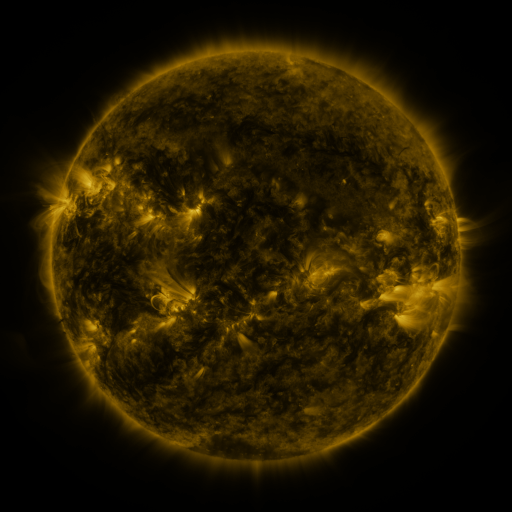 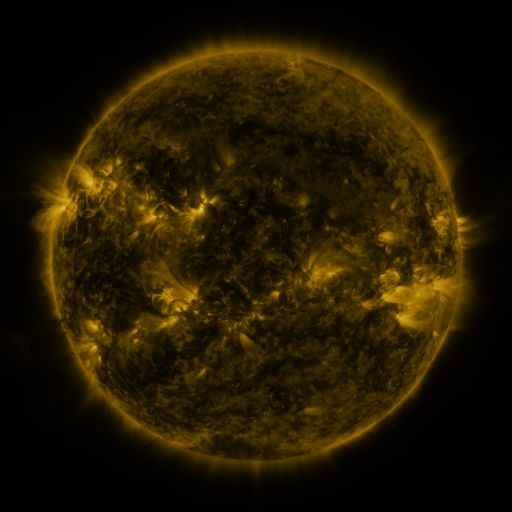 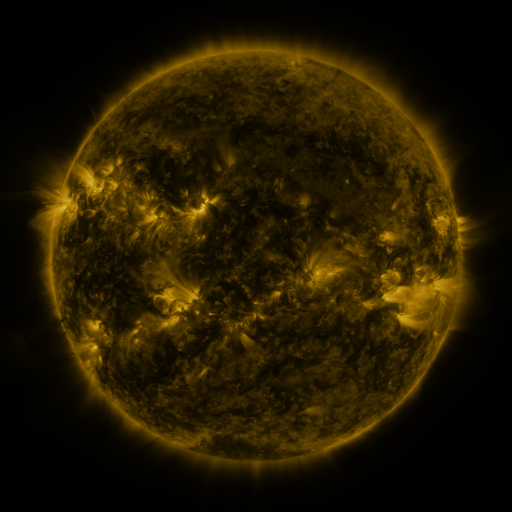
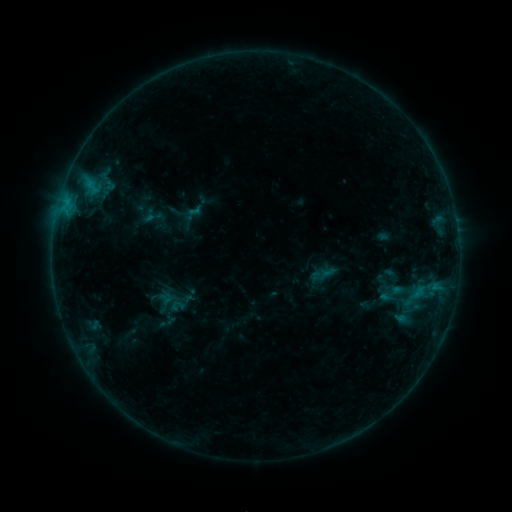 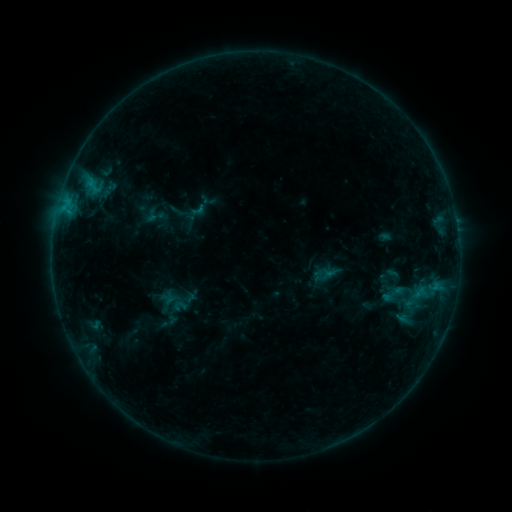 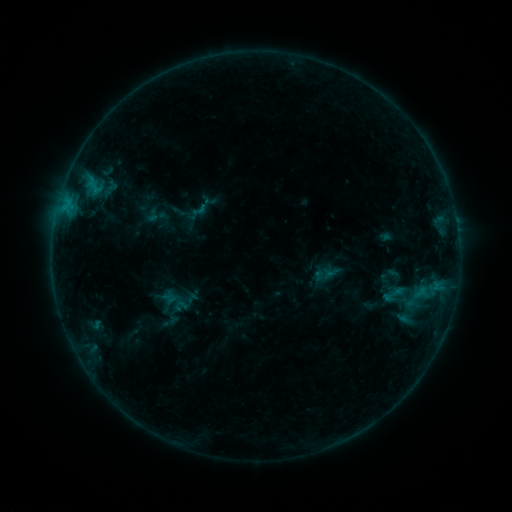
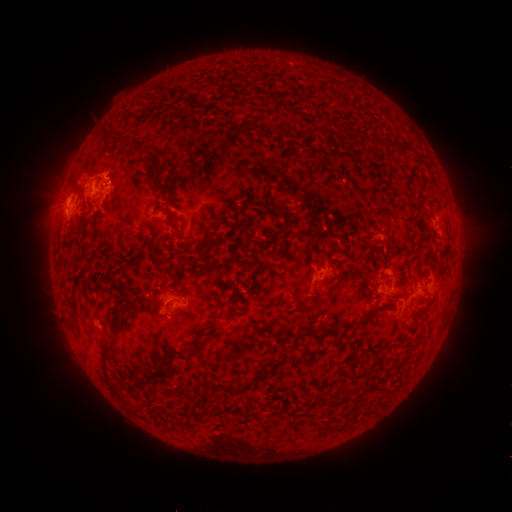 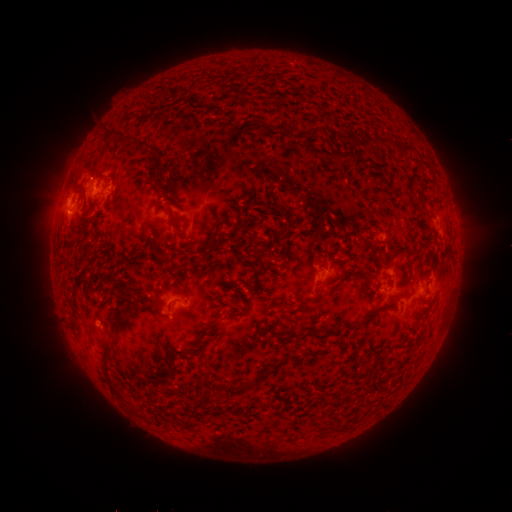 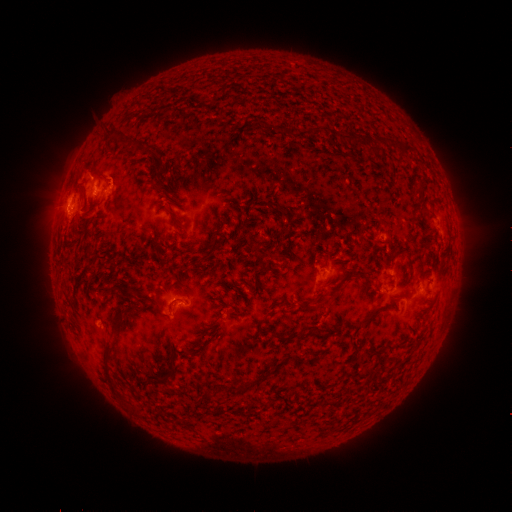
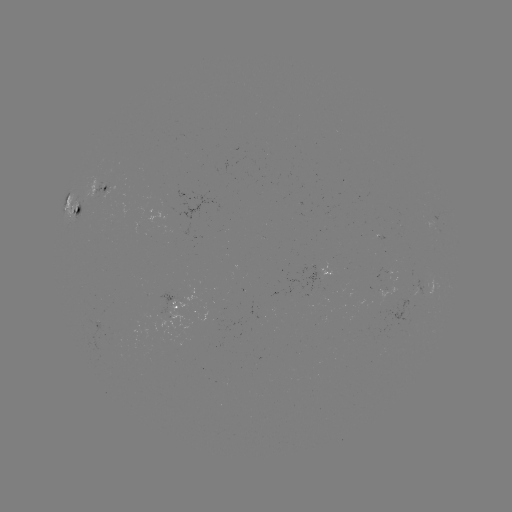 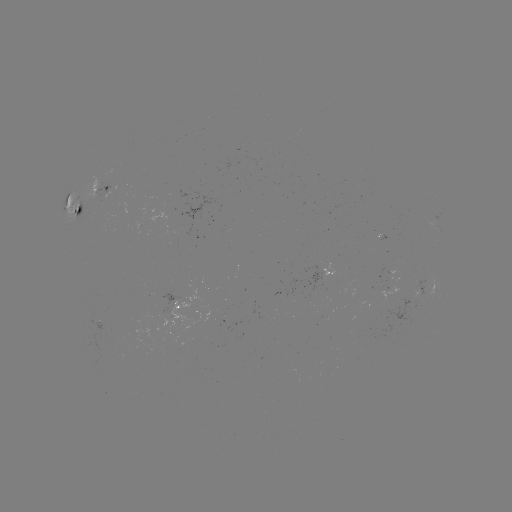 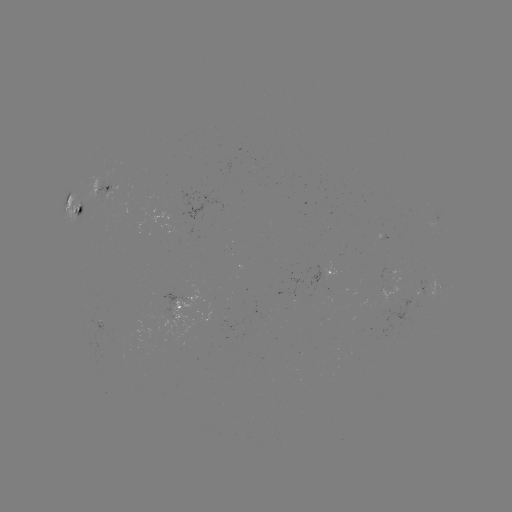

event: emerging-flux region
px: (258, 317)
